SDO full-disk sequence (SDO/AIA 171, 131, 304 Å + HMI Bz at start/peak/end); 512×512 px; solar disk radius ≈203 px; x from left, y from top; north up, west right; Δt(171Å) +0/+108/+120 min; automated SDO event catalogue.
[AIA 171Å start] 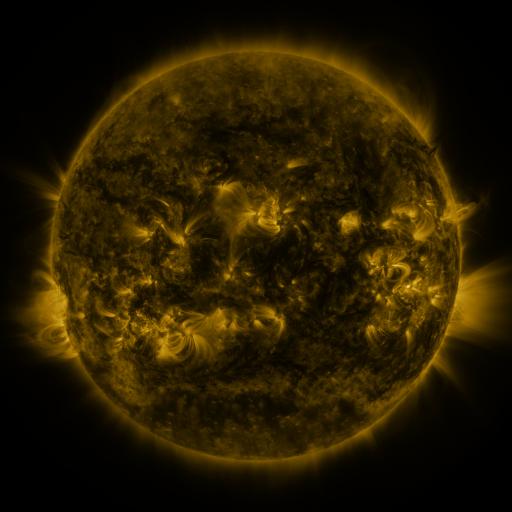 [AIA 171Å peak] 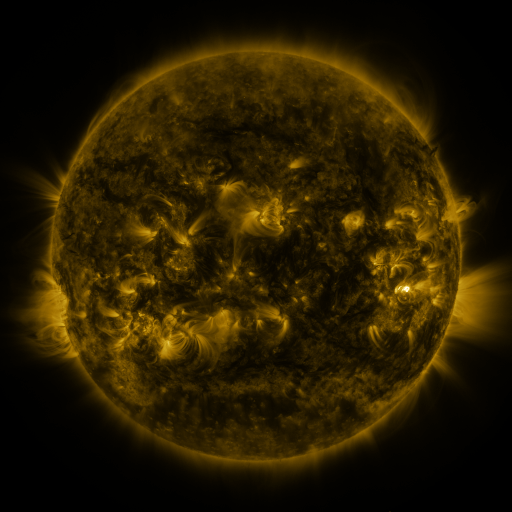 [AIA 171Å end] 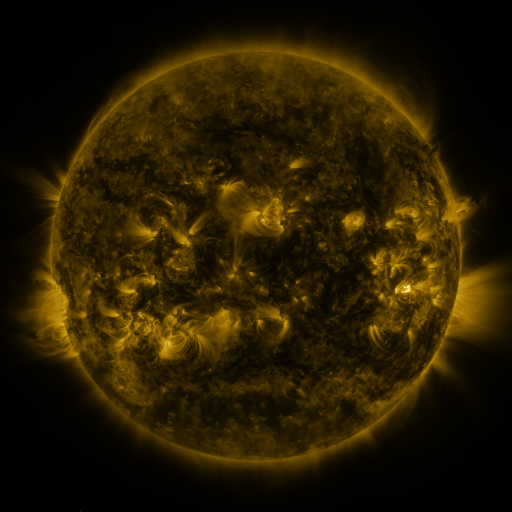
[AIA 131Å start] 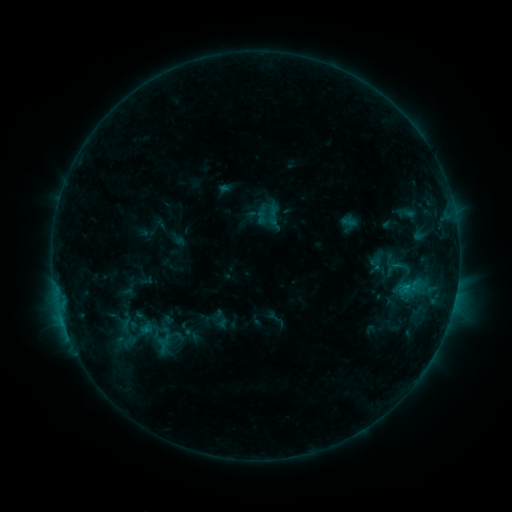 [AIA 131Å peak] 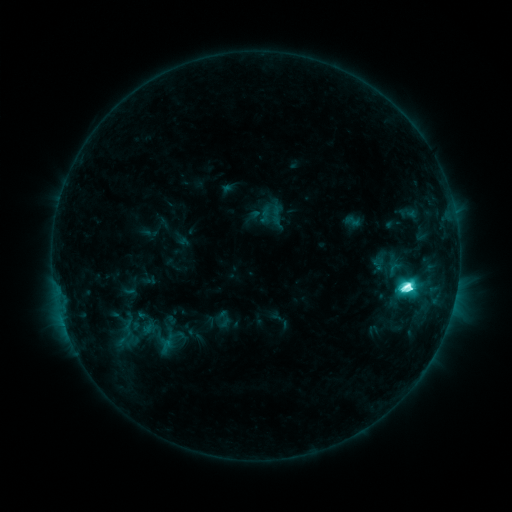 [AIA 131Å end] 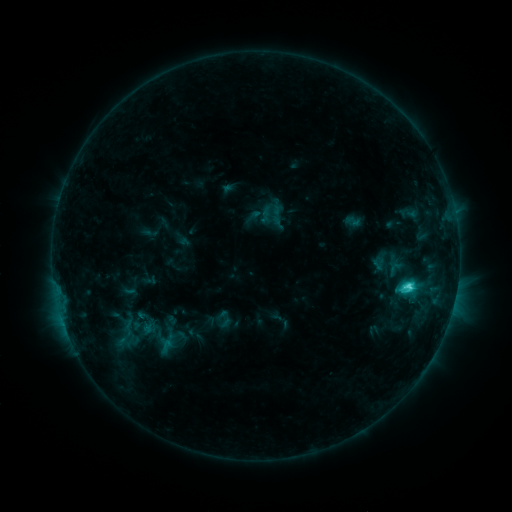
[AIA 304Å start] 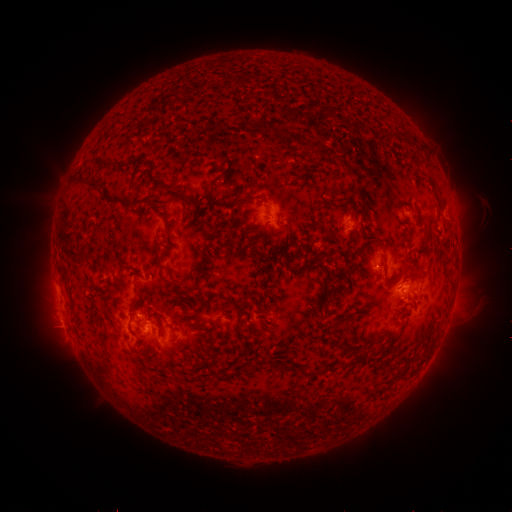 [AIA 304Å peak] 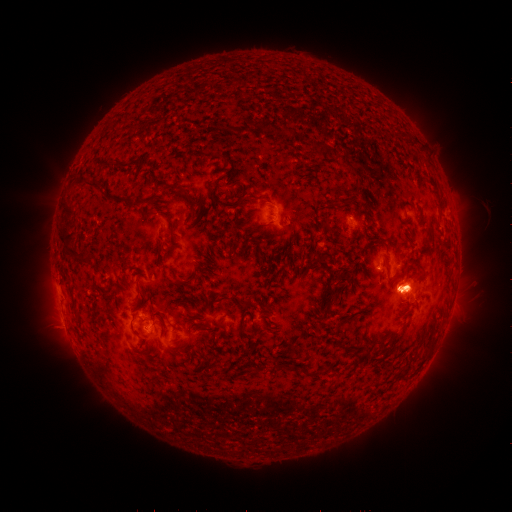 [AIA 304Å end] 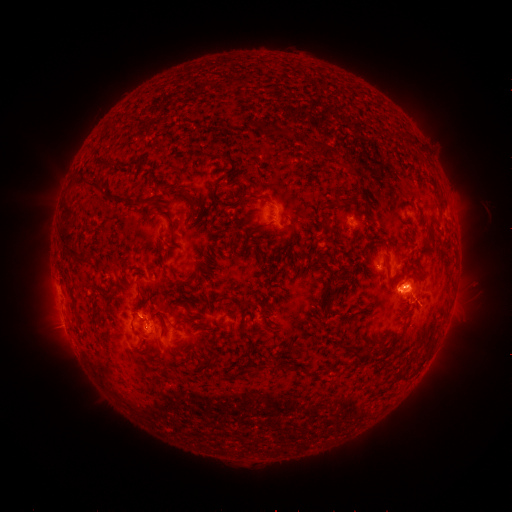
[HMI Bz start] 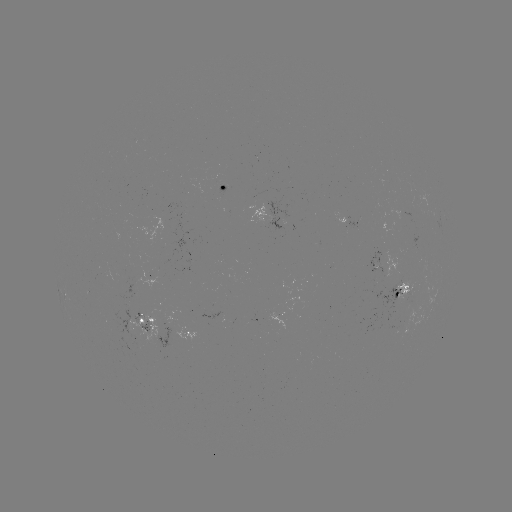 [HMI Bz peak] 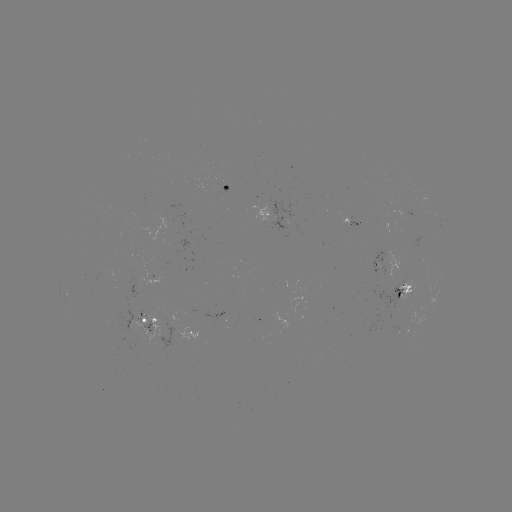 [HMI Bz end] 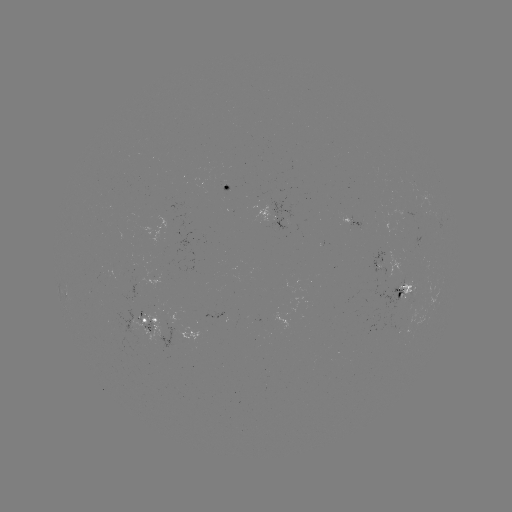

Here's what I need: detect emerging-flux region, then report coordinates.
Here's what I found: emerging-flux region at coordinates [381, 264].